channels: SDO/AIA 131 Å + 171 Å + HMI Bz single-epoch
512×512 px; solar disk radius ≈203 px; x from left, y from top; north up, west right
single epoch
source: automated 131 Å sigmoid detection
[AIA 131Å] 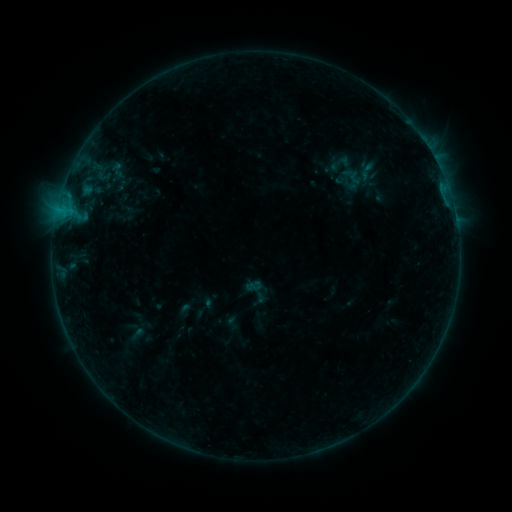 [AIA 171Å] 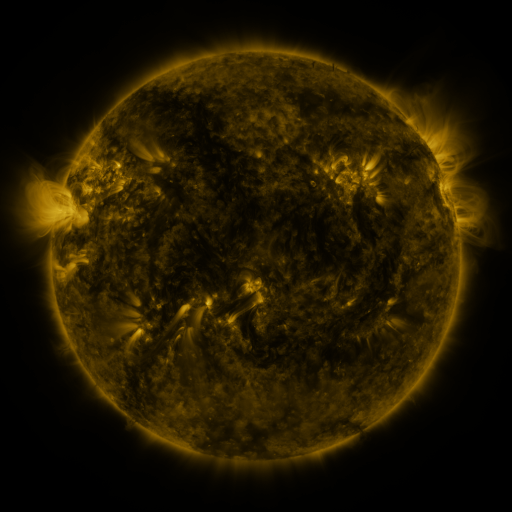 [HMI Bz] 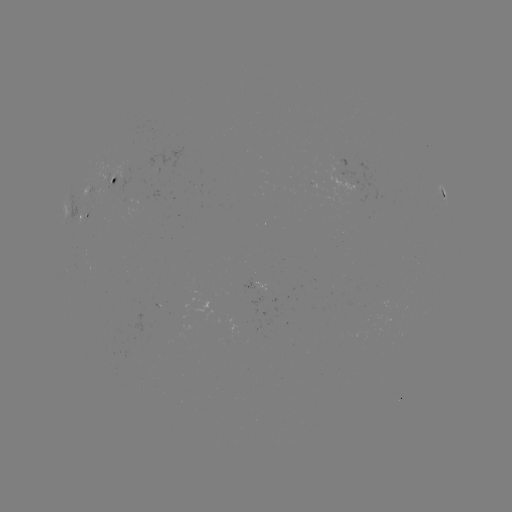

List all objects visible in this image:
sigmoid: (340, 163)
